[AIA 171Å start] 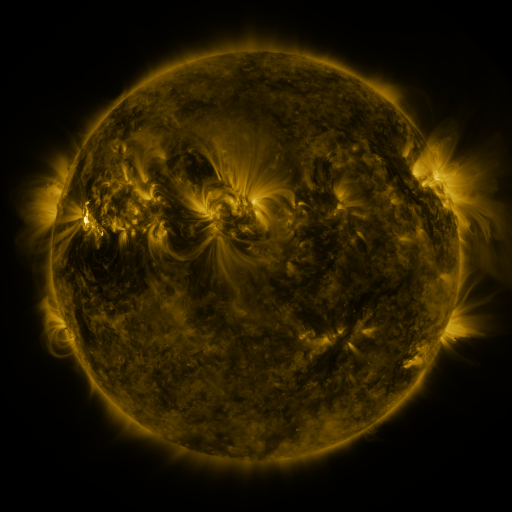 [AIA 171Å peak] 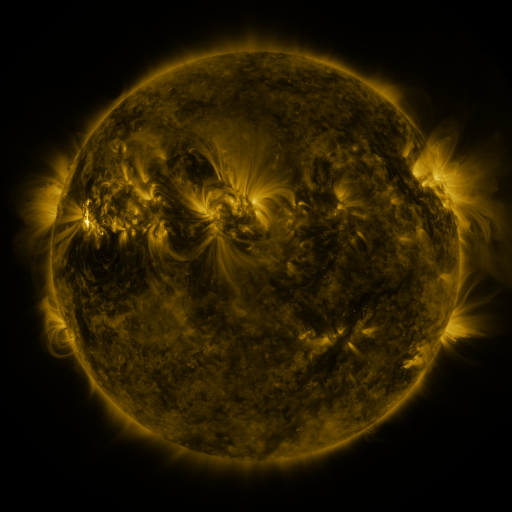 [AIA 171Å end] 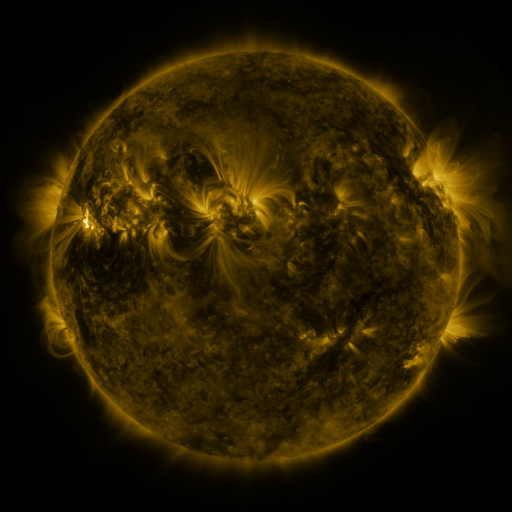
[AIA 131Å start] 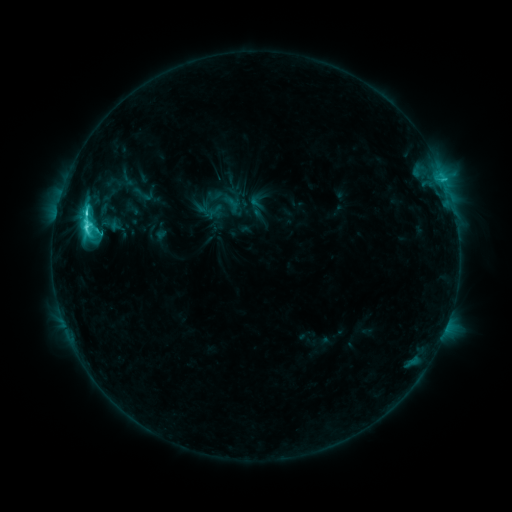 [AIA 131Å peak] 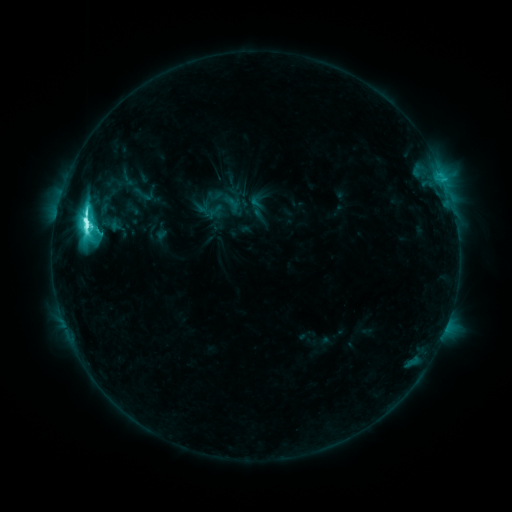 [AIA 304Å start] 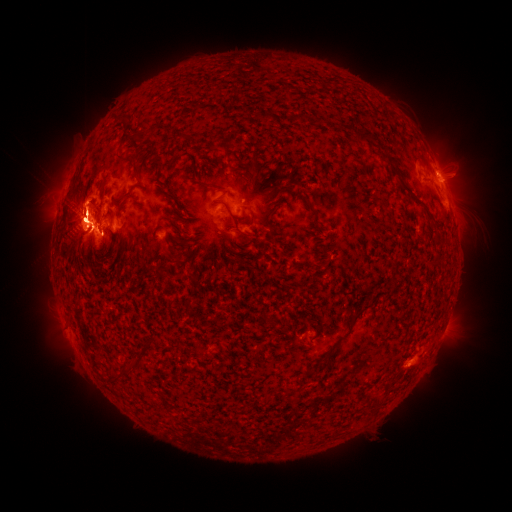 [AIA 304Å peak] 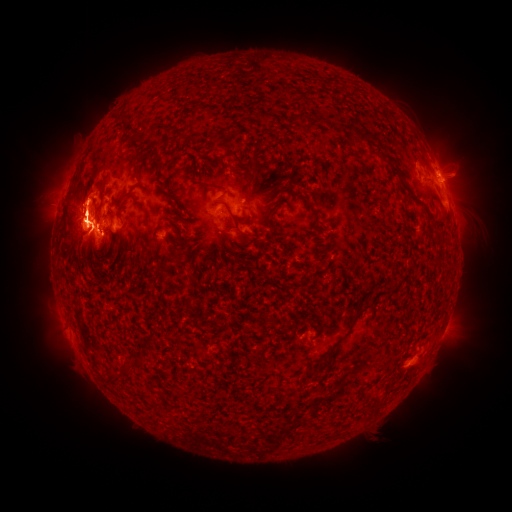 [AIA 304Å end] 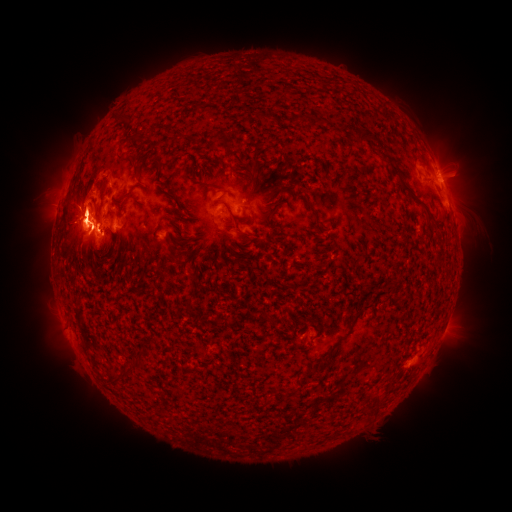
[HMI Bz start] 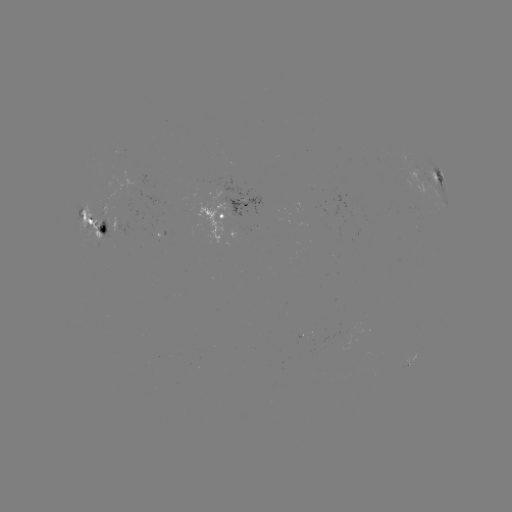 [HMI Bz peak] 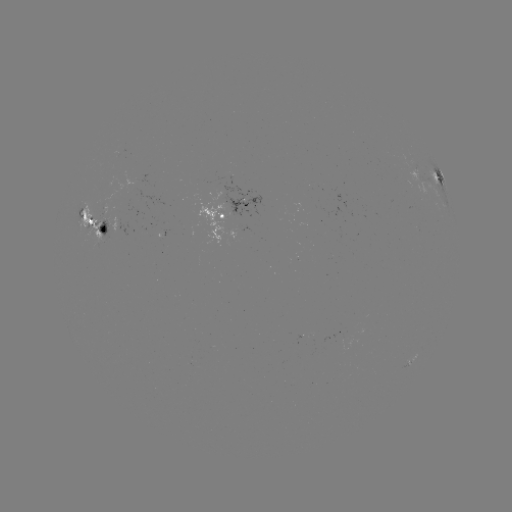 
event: eruption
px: (77, 197)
